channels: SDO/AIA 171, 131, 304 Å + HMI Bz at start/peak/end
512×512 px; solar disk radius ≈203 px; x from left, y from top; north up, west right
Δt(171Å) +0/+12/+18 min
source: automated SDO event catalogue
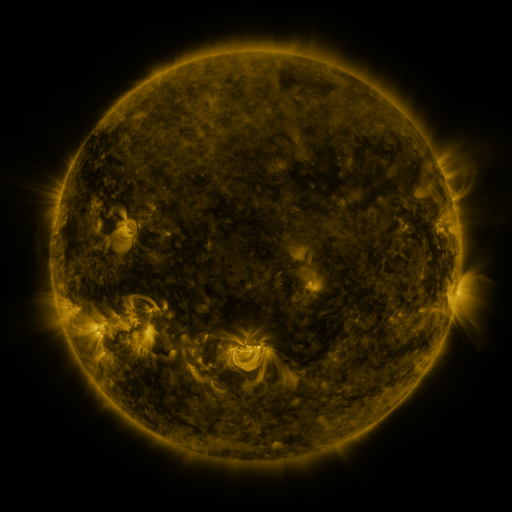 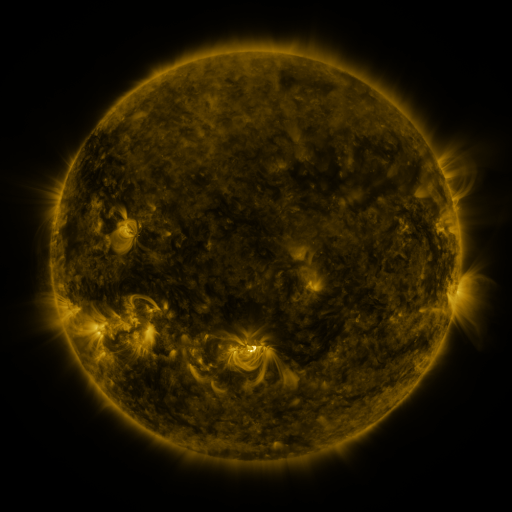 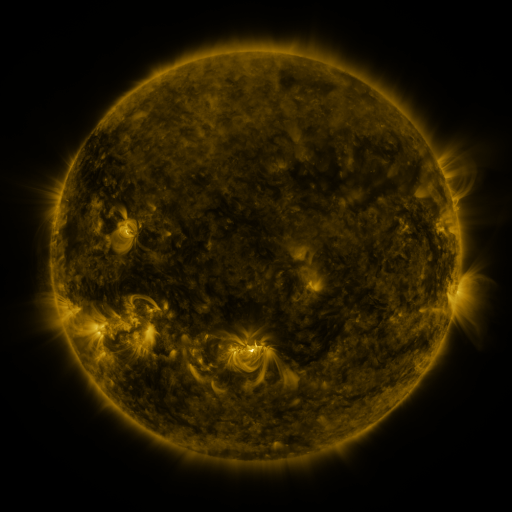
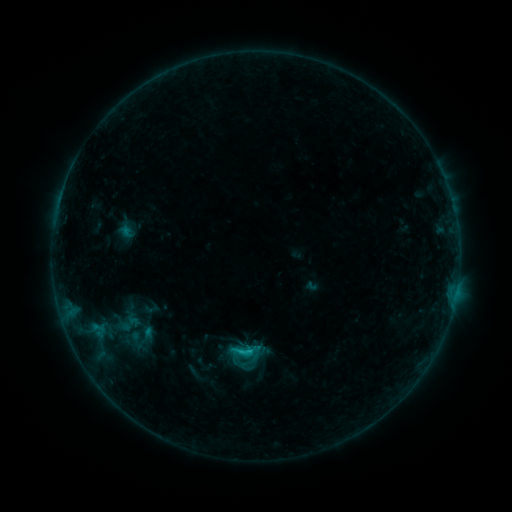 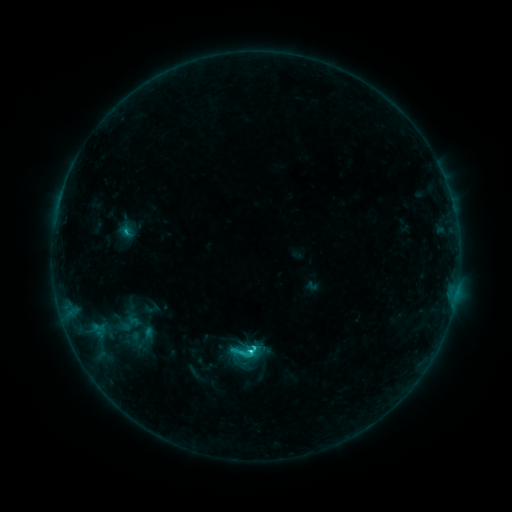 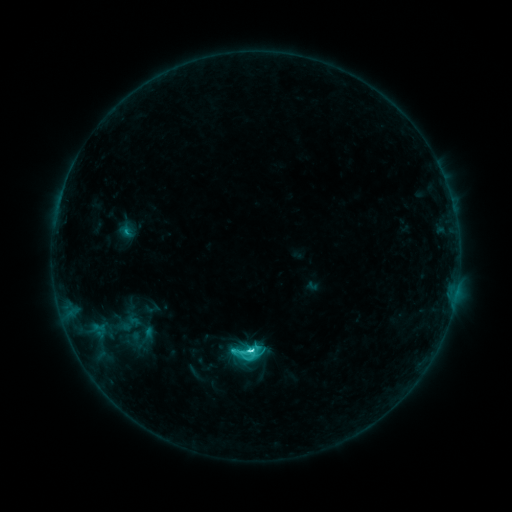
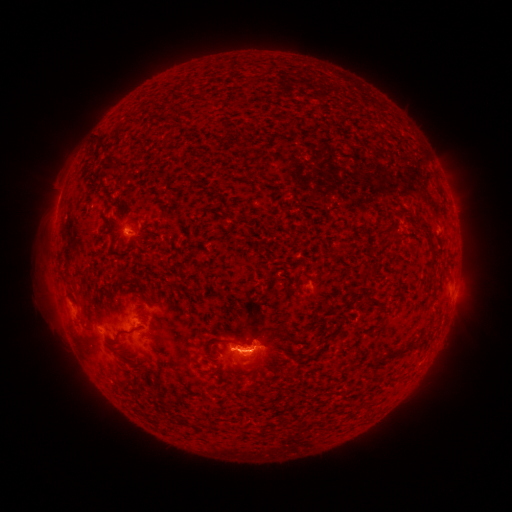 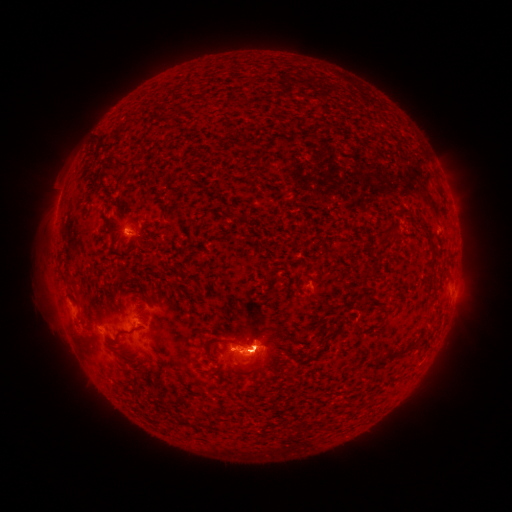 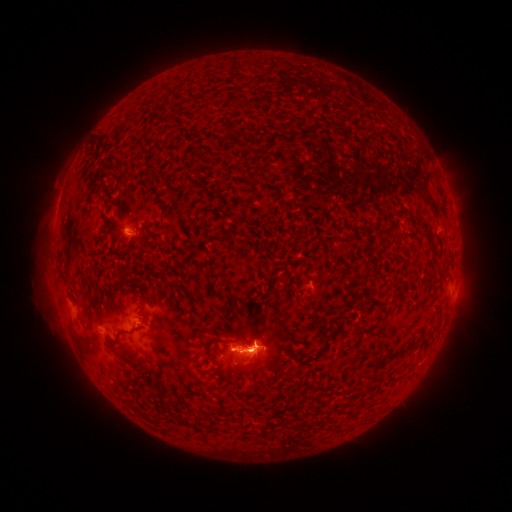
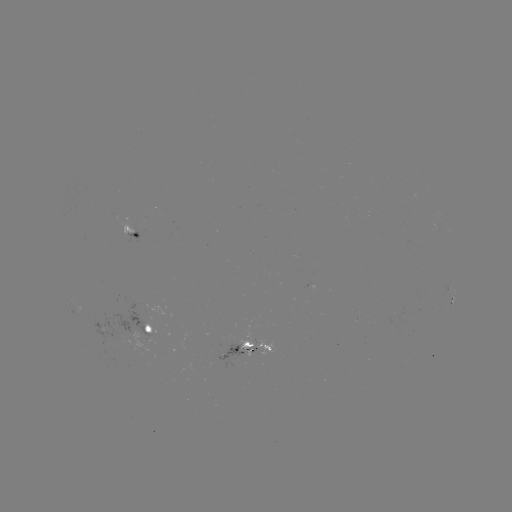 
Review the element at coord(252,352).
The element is C7.8 flare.